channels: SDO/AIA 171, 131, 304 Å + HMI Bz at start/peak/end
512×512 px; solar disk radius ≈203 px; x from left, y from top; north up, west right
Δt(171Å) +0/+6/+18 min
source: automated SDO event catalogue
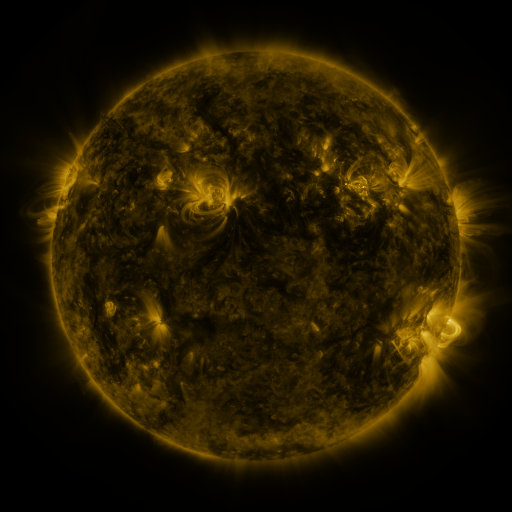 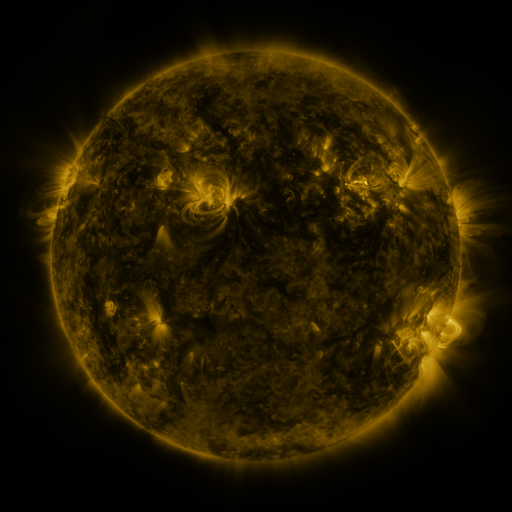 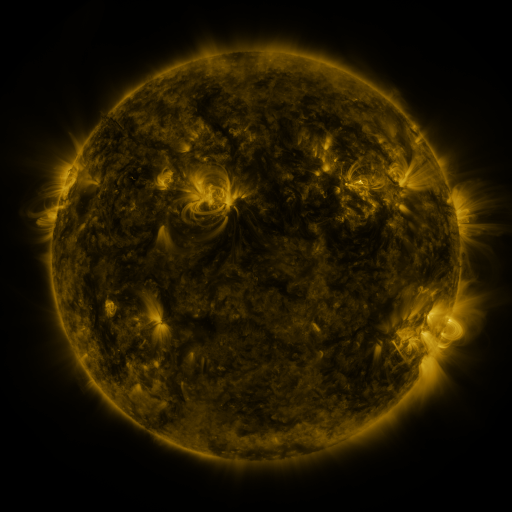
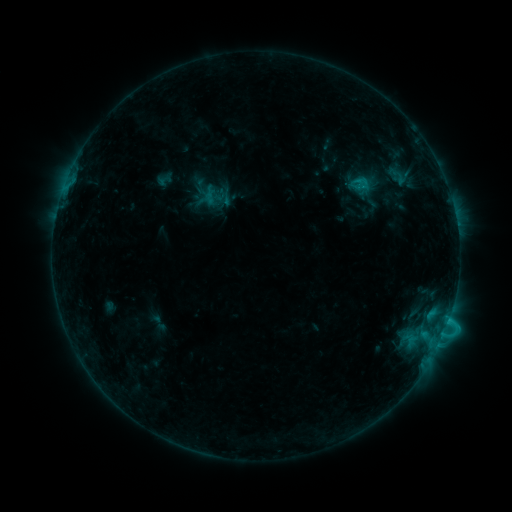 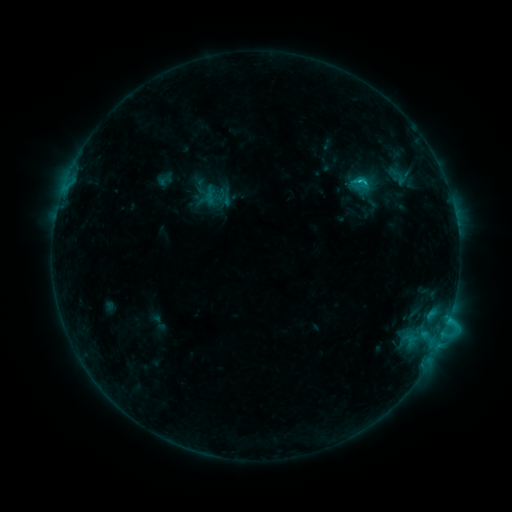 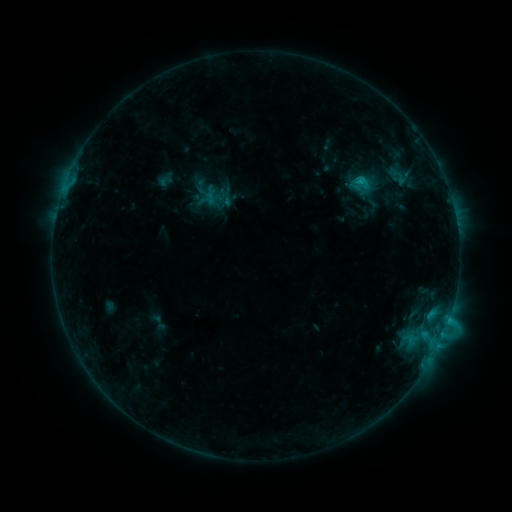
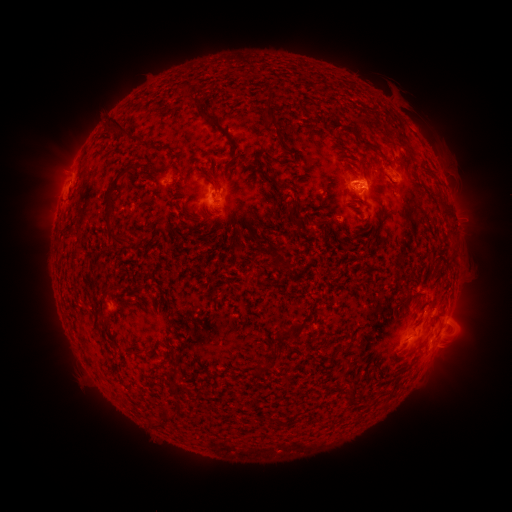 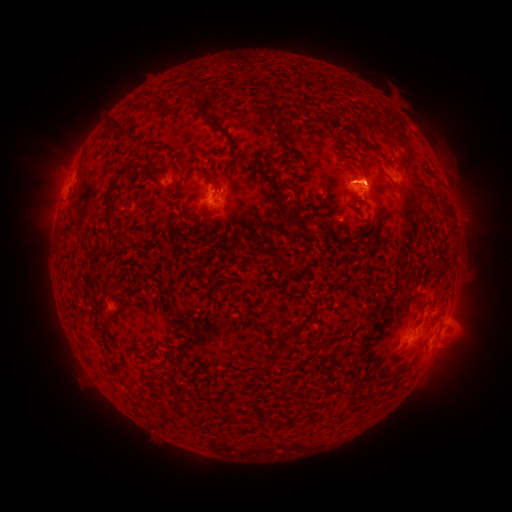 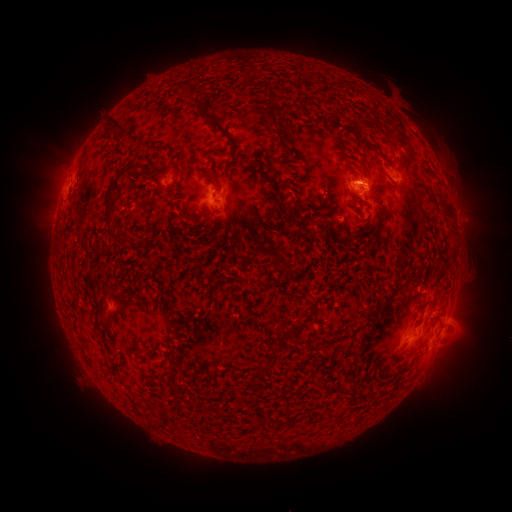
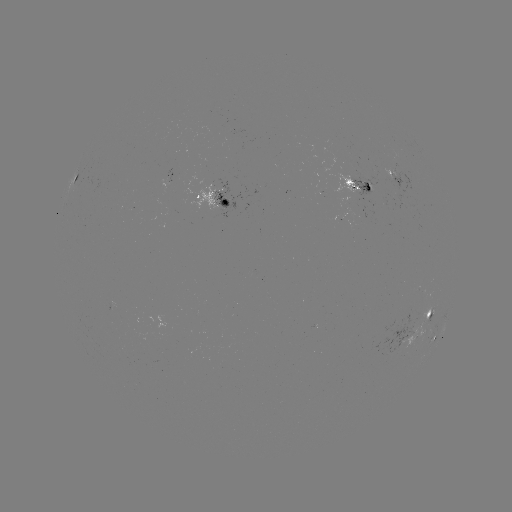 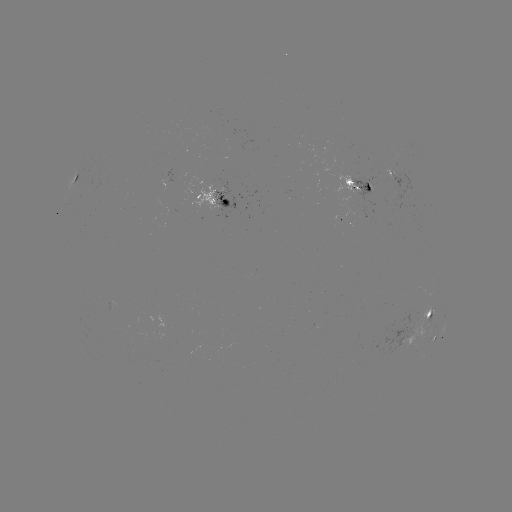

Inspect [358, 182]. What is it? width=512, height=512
C1.2 flare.